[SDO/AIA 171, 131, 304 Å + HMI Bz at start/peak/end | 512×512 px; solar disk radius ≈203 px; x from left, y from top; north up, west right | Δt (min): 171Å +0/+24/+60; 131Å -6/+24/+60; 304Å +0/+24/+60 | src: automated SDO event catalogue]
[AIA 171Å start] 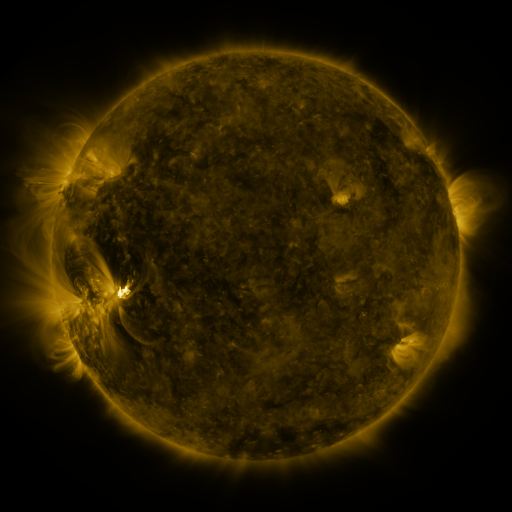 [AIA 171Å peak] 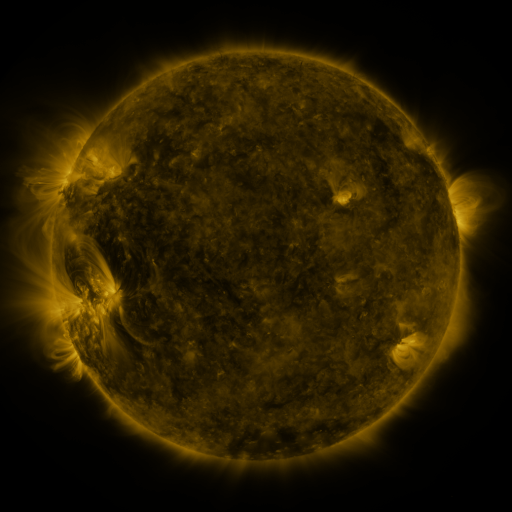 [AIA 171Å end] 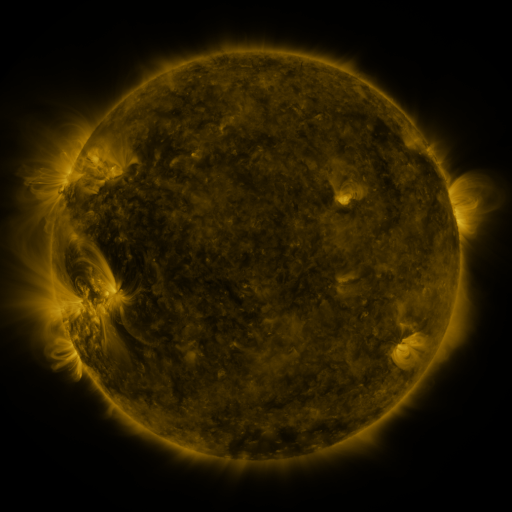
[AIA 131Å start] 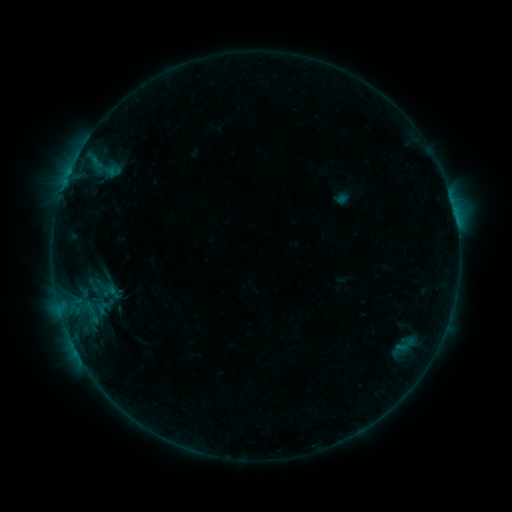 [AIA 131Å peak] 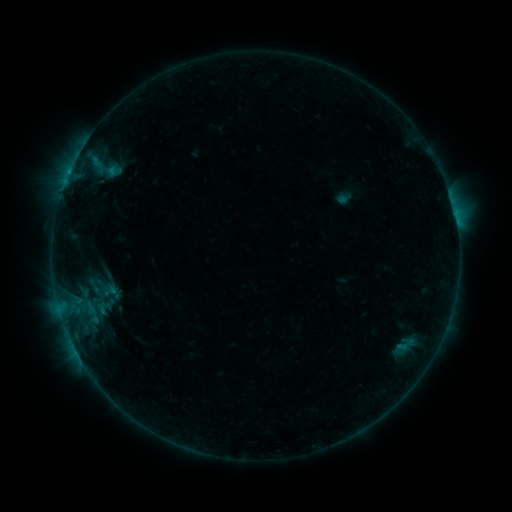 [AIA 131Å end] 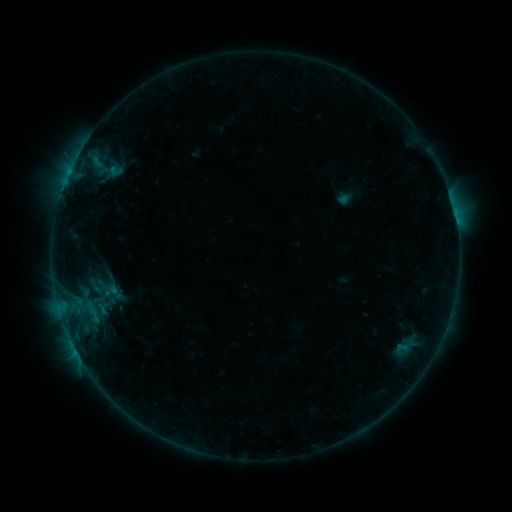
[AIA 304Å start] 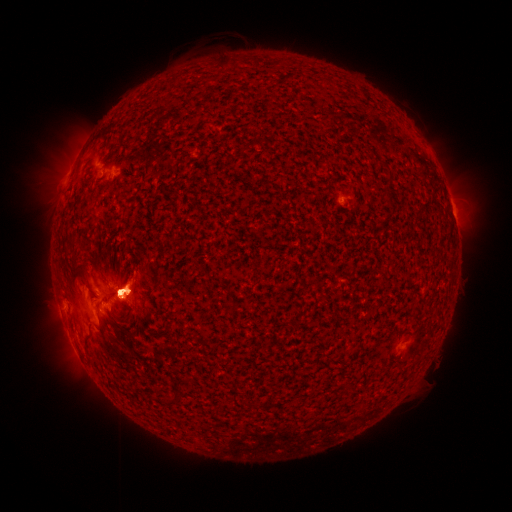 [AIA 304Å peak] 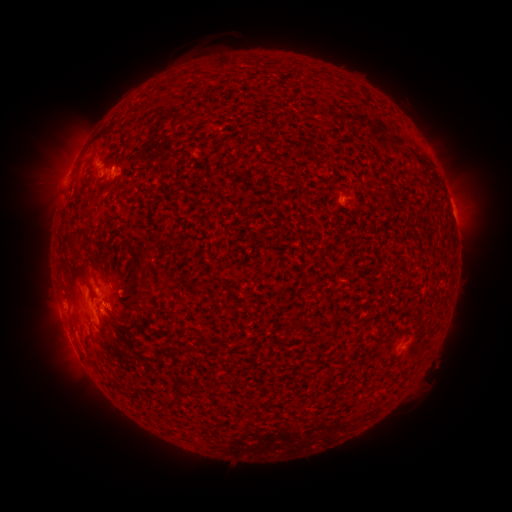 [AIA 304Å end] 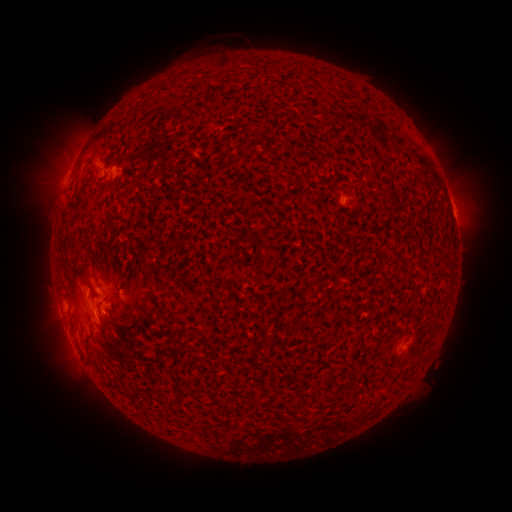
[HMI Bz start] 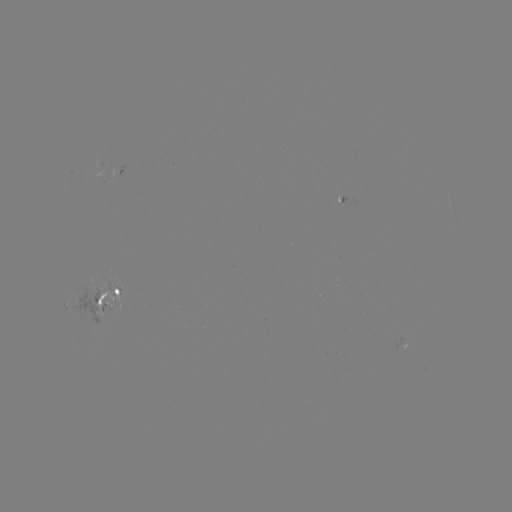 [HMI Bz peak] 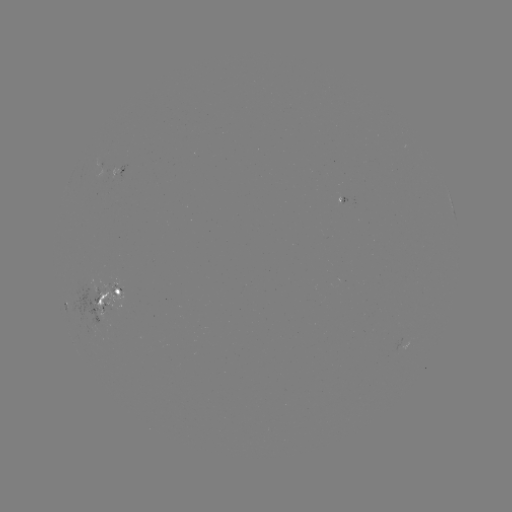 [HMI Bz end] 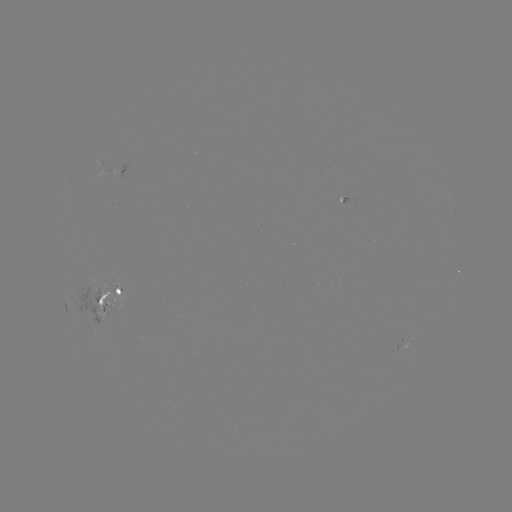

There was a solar emerging-flux region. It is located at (110, 300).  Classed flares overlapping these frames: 1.